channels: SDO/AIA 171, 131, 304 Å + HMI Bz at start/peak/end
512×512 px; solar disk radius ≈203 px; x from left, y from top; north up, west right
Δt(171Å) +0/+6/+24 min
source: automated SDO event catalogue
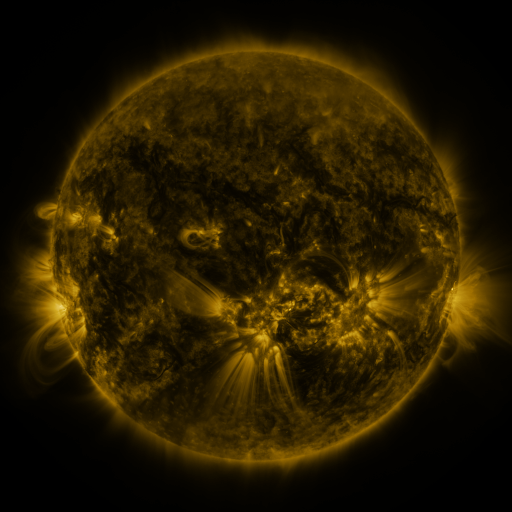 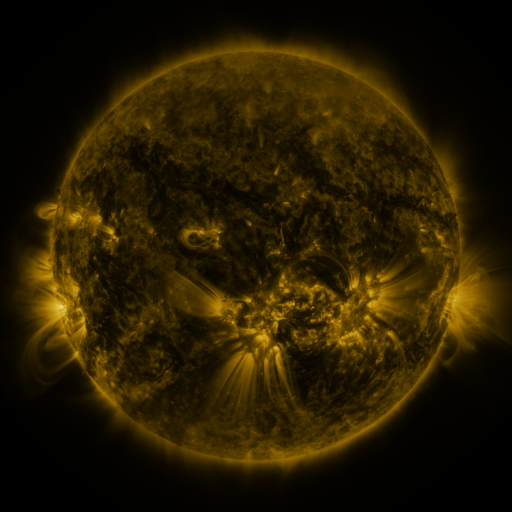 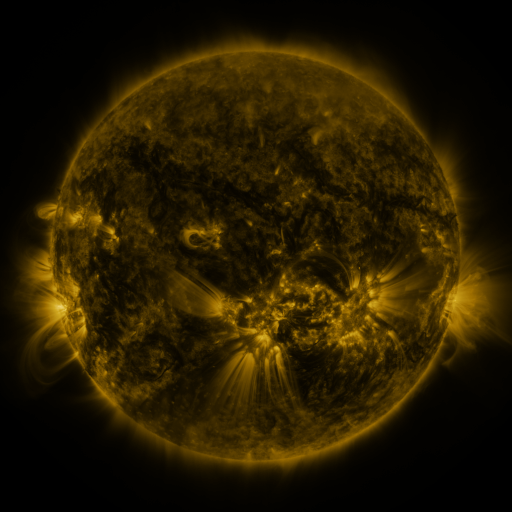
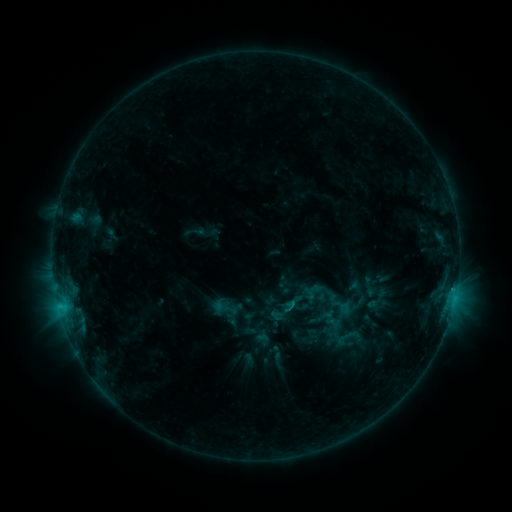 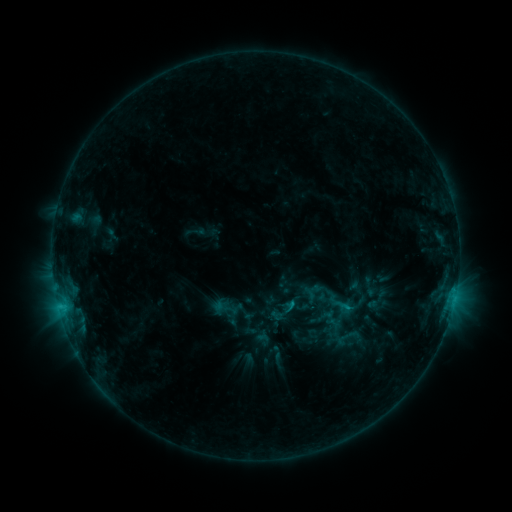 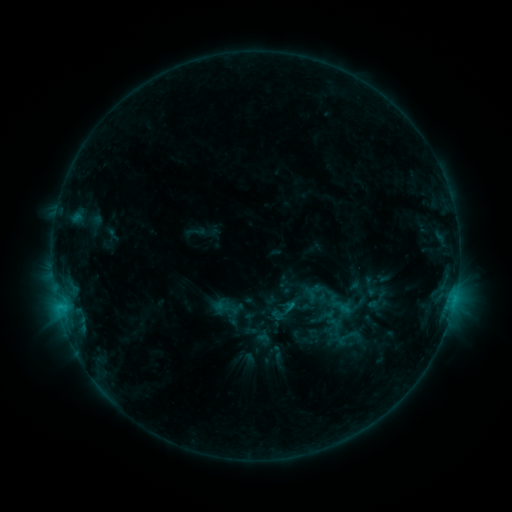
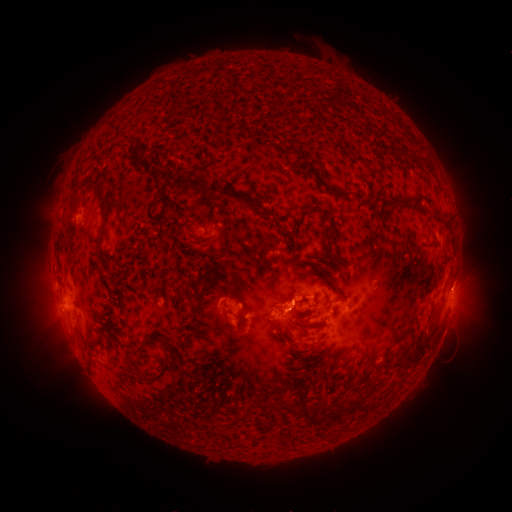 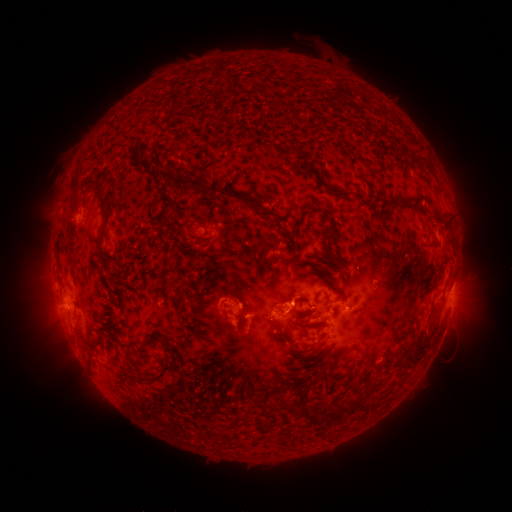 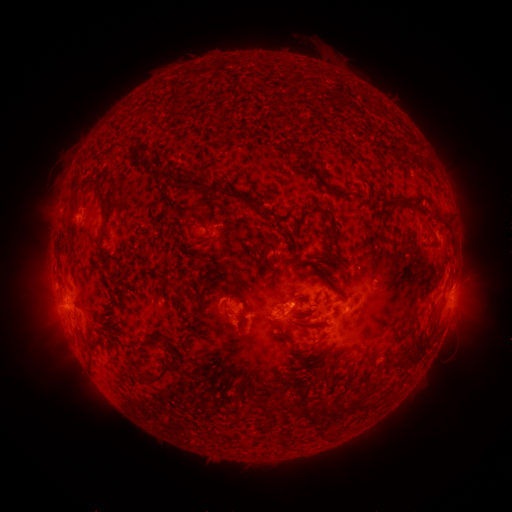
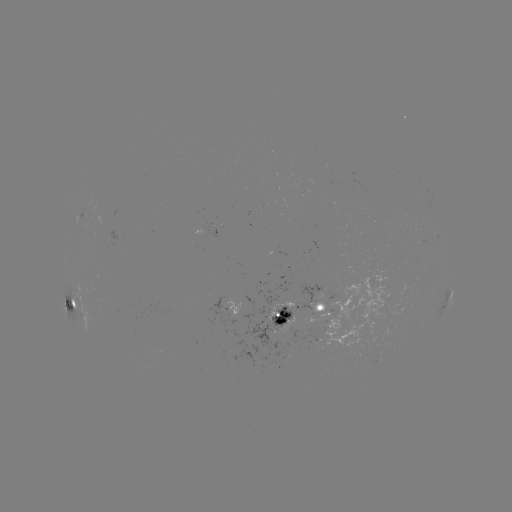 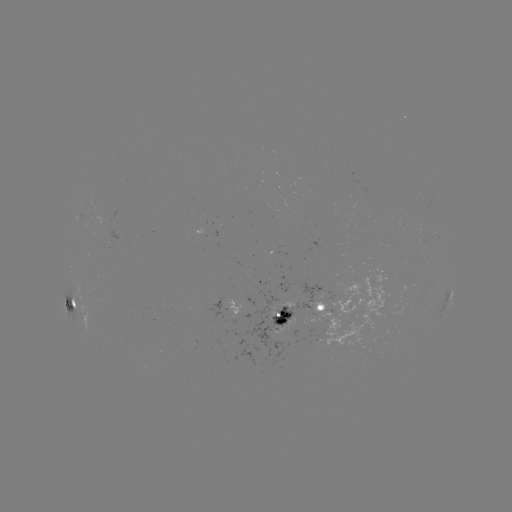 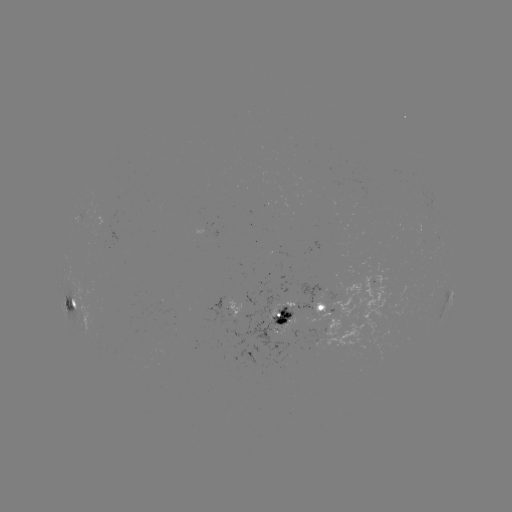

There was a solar flare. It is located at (346, 305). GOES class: C1.3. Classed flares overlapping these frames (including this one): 1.